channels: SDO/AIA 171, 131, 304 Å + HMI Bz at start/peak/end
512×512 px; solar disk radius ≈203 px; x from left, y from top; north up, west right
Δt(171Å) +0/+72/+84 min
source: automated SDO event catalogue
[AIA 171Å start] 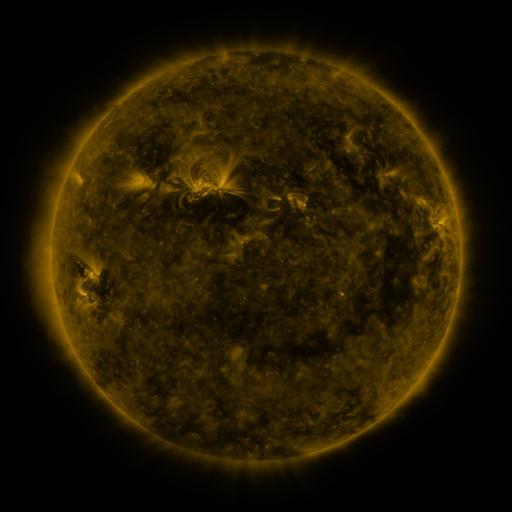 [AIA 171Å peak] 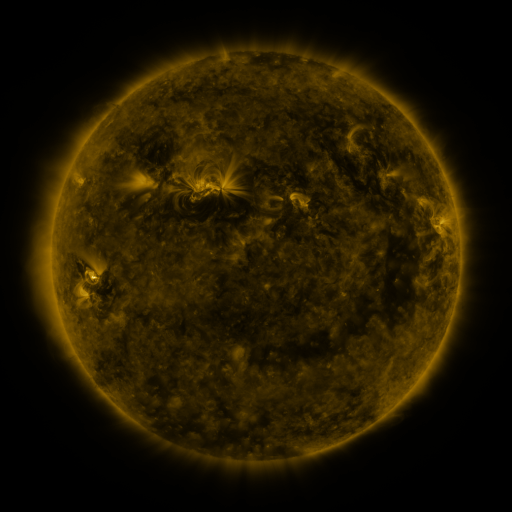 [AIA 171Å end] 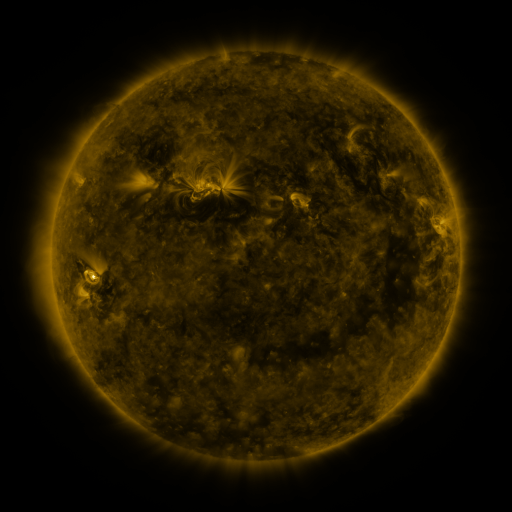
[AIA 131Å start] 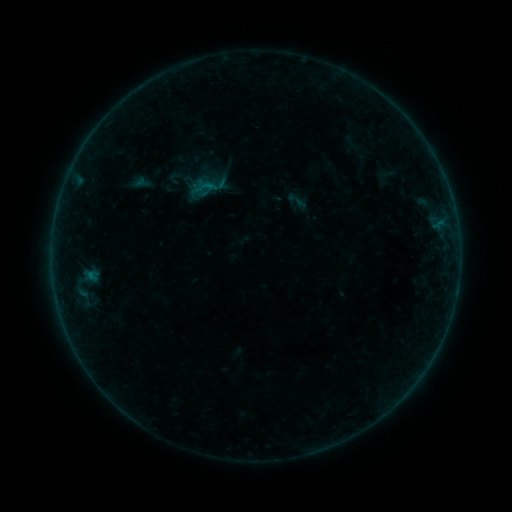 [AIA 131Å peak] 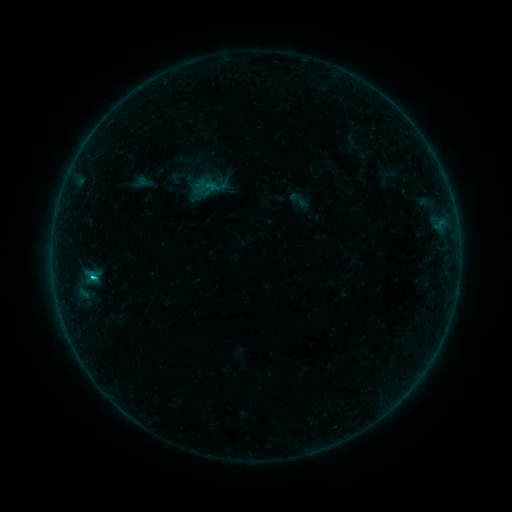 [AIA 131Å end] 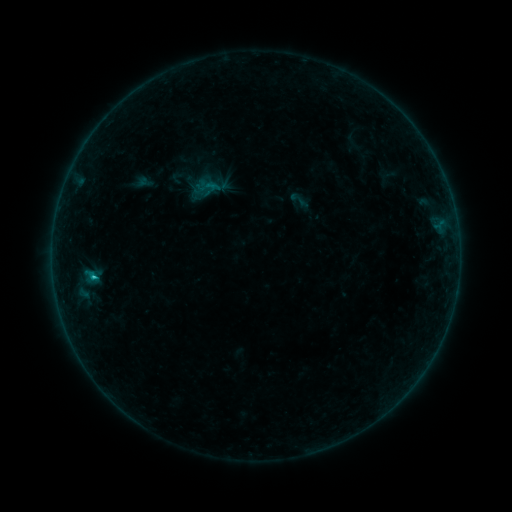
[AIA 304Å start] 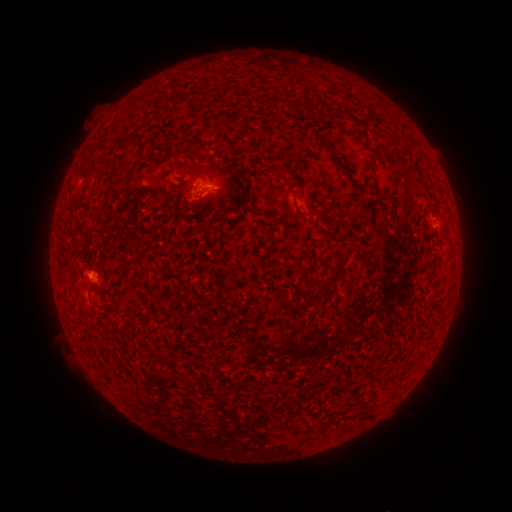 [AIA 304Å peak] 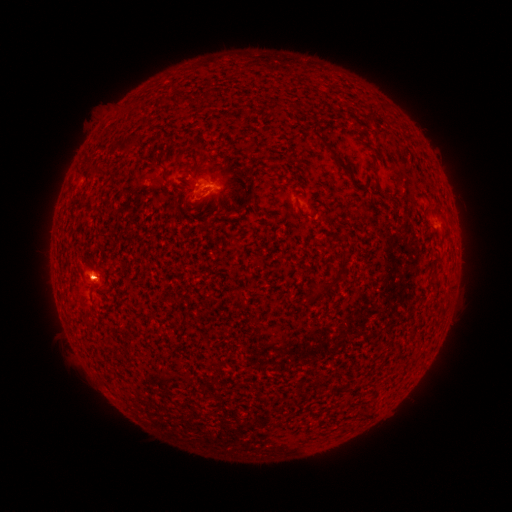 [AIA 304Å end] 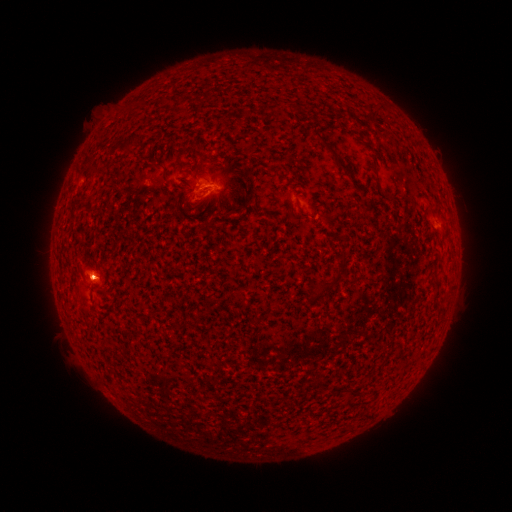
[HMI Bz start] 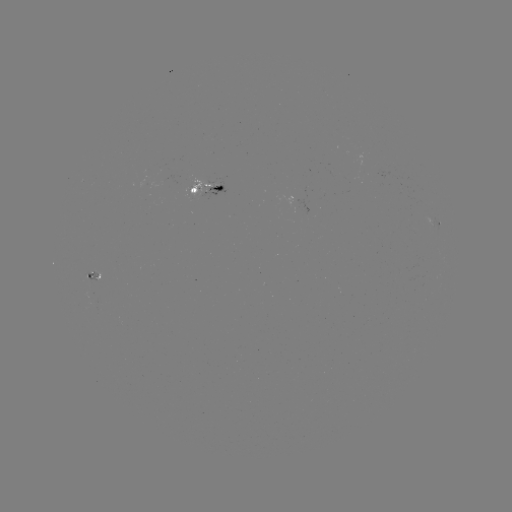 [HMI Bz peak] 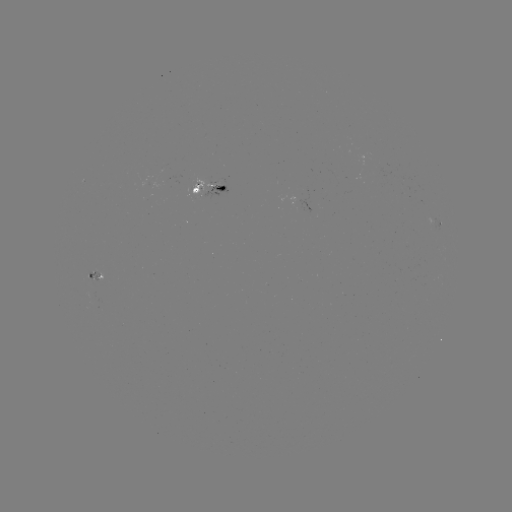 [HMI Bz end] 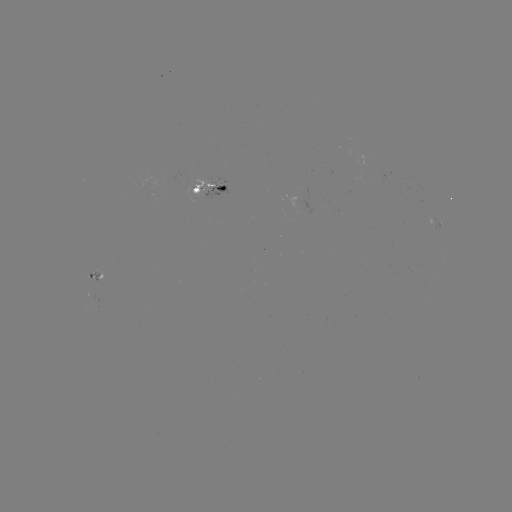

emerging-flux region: <bbox>203, 185, 227, 199</bbox>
